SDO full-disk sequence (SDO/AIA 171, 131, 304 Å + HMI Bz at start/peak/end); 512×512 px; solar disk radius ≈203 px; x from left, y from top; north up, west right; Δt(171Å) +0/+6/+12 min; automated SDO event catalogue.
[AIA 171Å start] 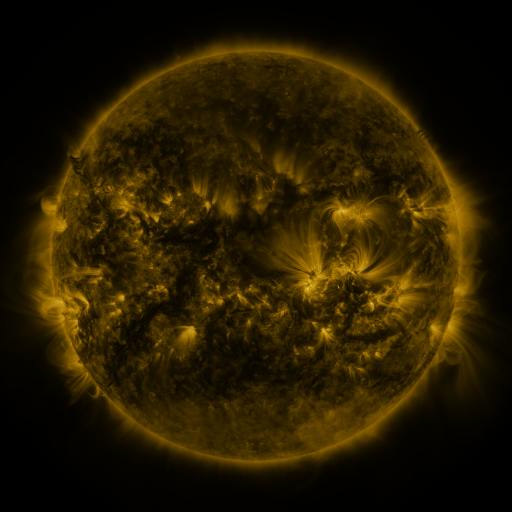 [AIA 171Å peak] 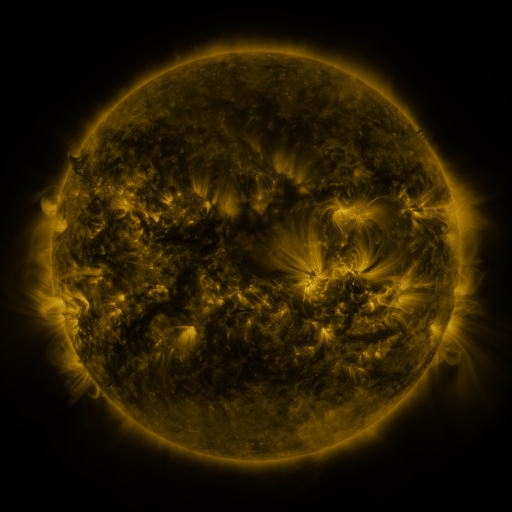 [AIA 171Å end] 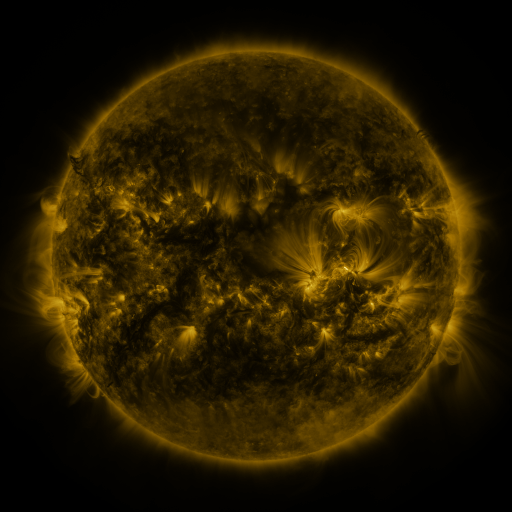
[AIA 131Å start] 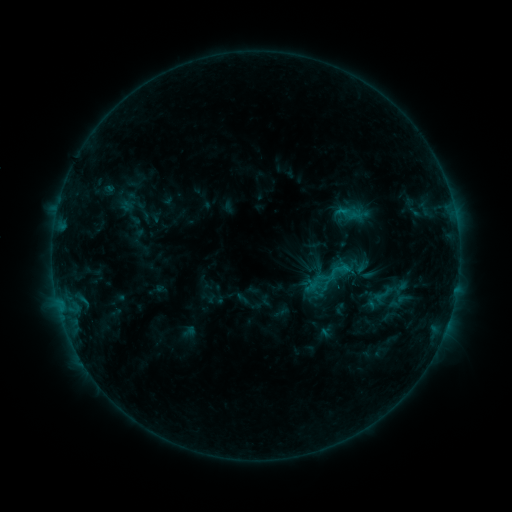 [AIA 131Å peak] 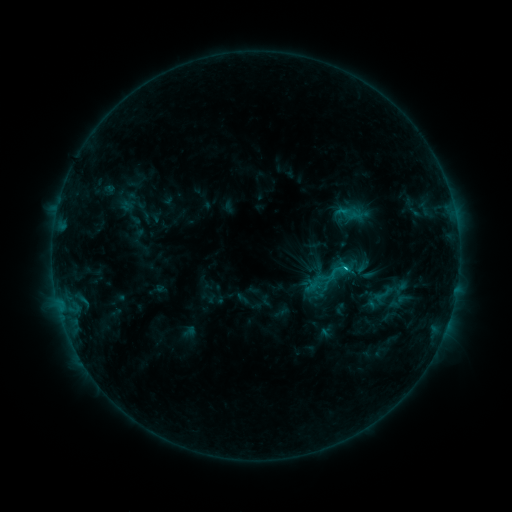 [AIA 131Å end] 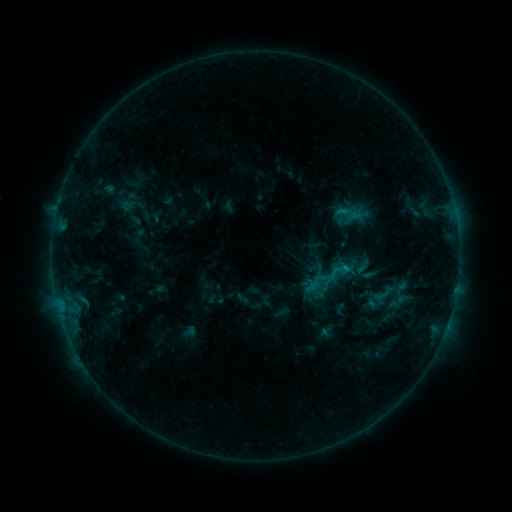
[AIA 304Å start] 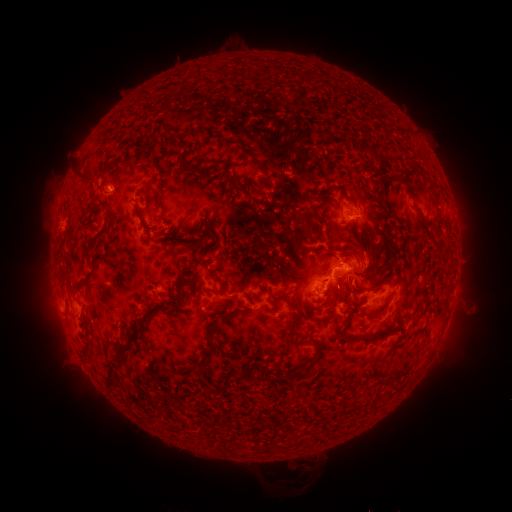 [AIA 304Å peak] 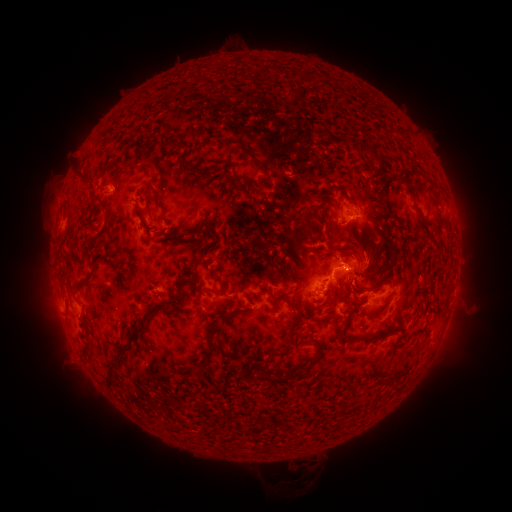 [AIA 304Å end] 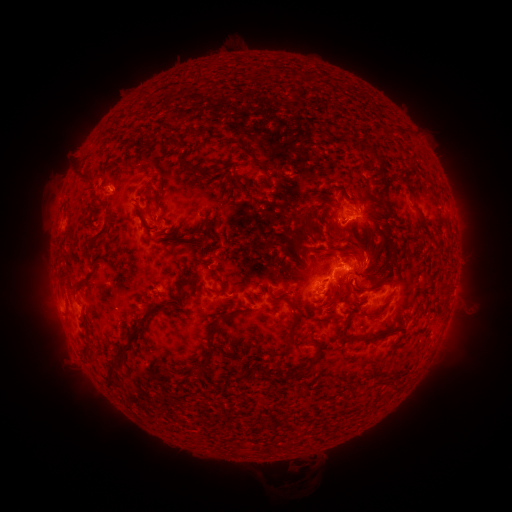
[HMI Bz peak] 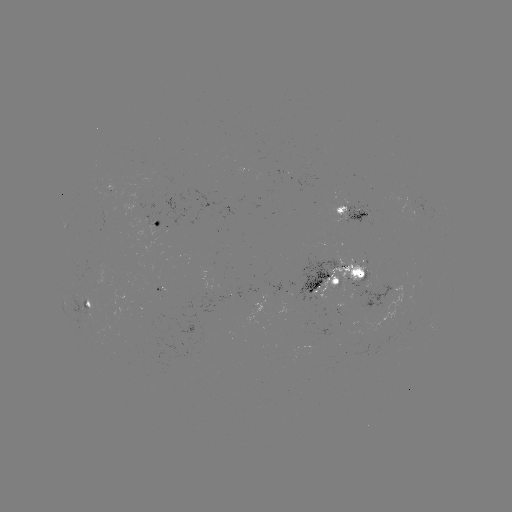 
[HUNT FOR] C1.1 flare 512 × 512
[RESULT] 344,268